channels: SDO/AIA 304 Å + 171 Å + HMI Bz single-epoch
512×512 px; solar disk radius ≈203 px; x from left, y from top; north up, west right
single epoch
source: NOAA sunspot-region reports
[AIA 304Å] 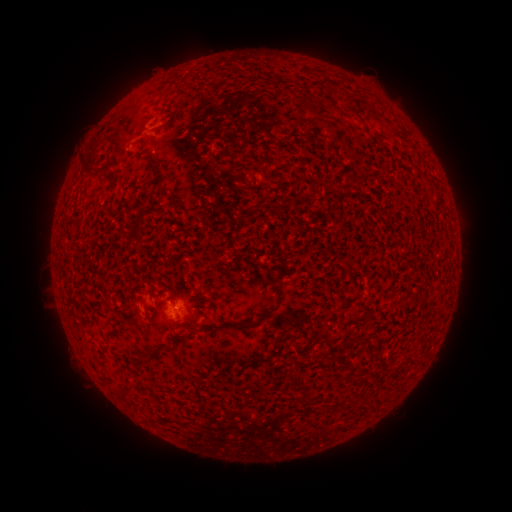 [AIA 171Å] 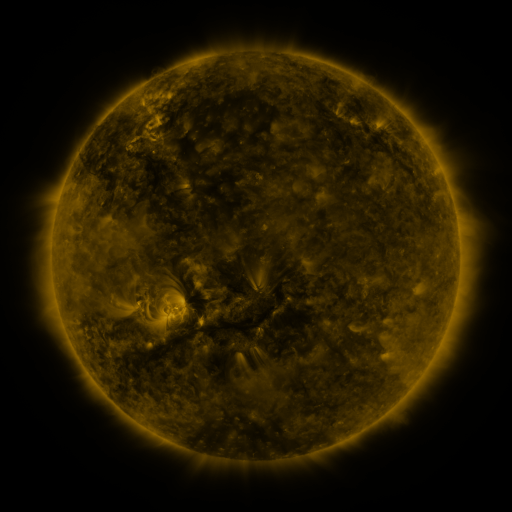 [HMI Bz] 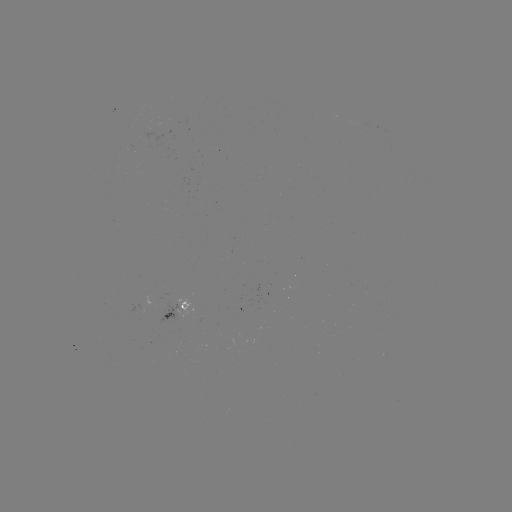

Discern spotted active region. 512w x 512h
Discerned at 177,307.